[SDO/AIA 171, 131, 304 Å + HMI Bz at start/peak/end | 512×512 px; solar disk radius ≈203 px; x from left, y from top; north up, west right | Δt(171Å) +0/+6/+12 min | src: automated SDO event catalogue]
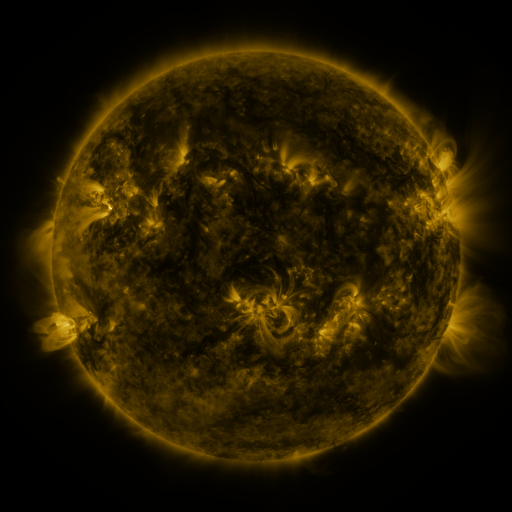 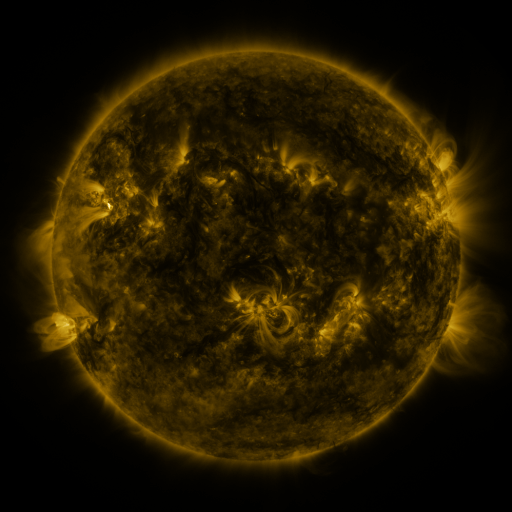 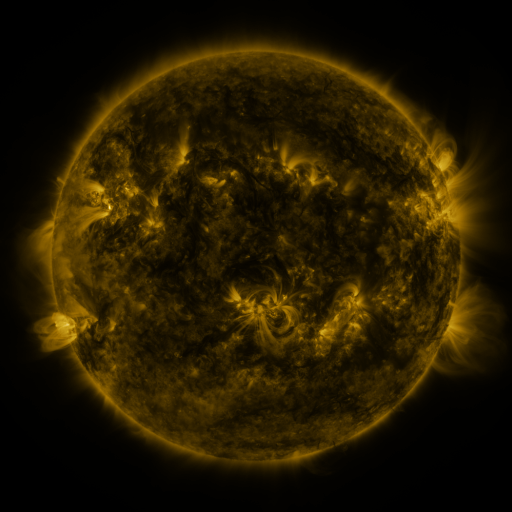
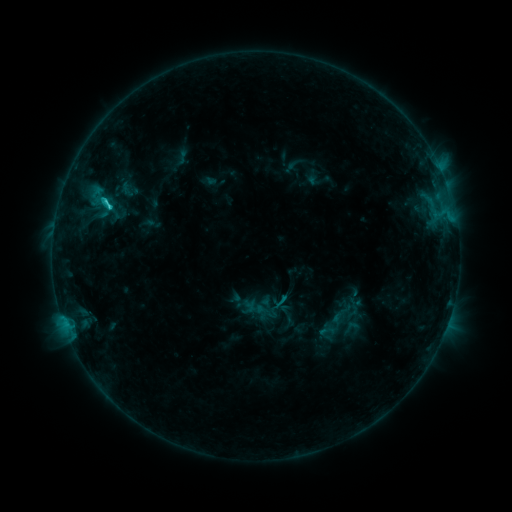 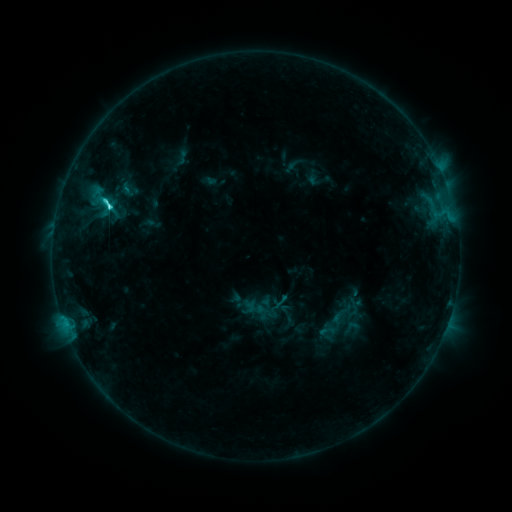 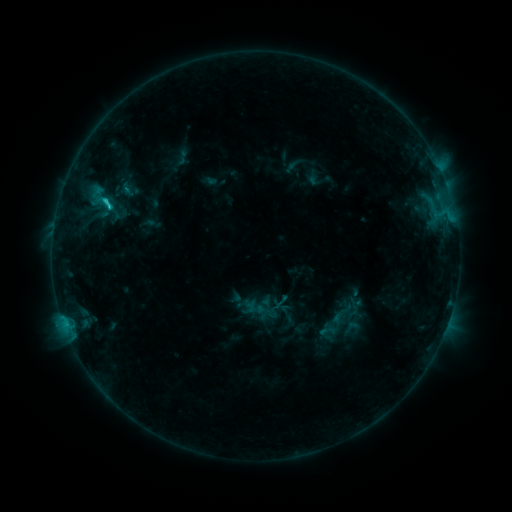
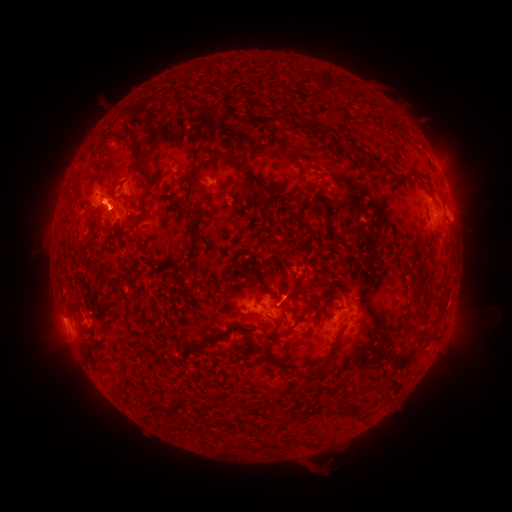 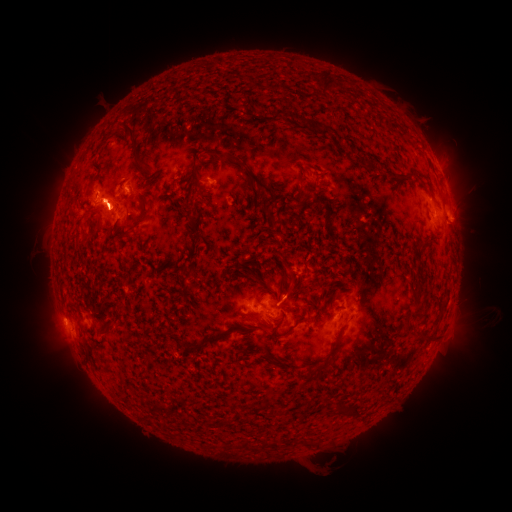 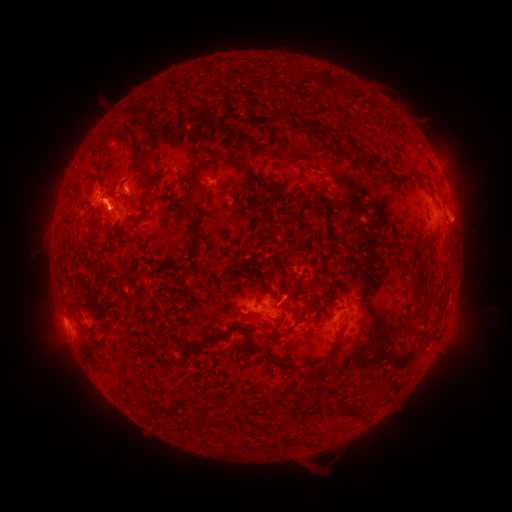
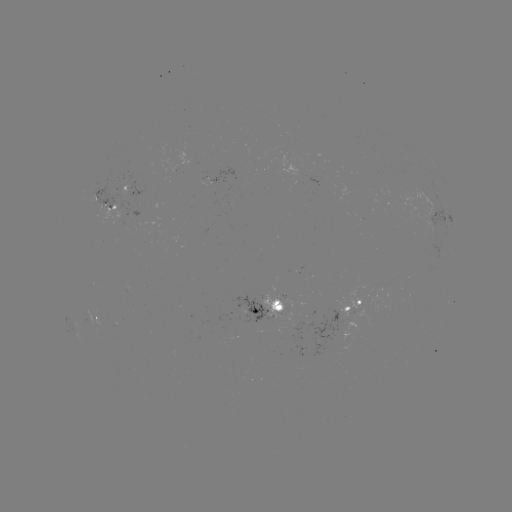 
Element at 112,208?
C3.8 flare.